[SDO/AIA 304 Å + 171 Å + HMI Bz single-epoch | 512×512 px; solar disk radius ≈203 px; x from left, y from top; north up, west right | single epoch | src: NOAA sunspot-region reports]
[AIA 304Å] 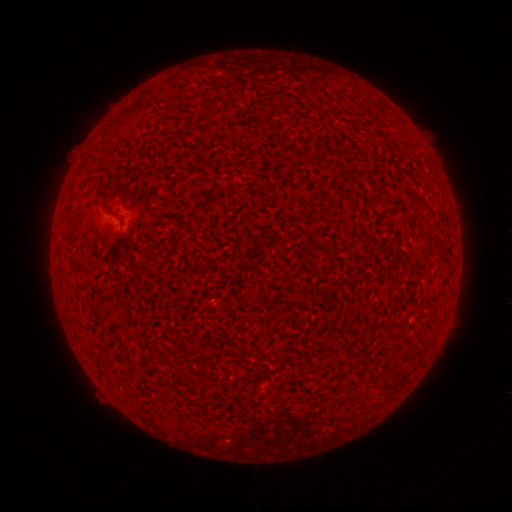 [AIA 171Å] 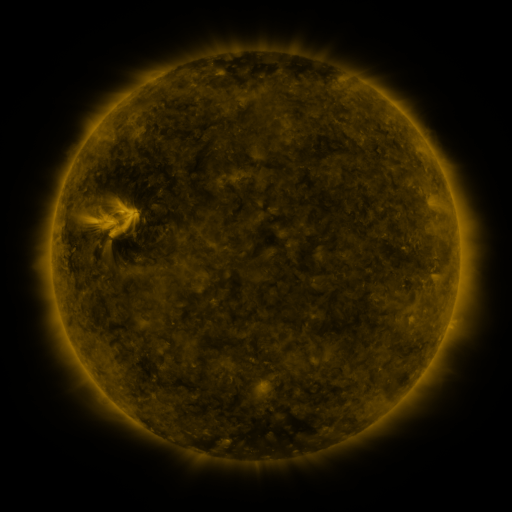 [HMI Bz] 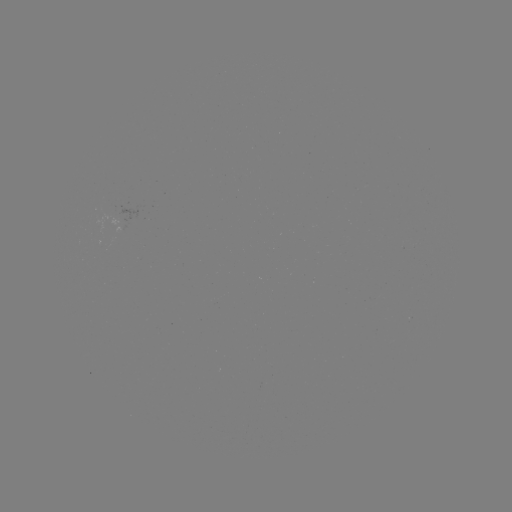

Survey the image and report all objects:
(none)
